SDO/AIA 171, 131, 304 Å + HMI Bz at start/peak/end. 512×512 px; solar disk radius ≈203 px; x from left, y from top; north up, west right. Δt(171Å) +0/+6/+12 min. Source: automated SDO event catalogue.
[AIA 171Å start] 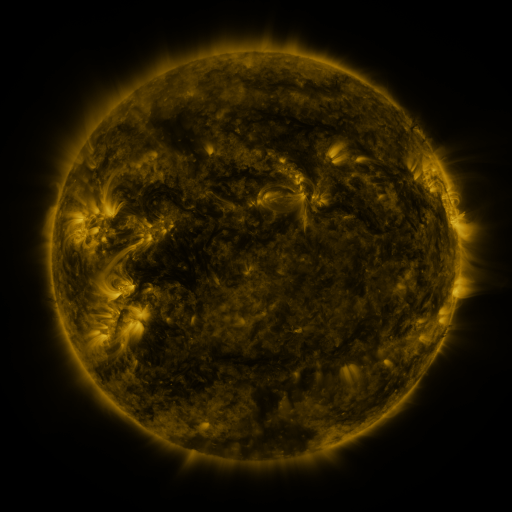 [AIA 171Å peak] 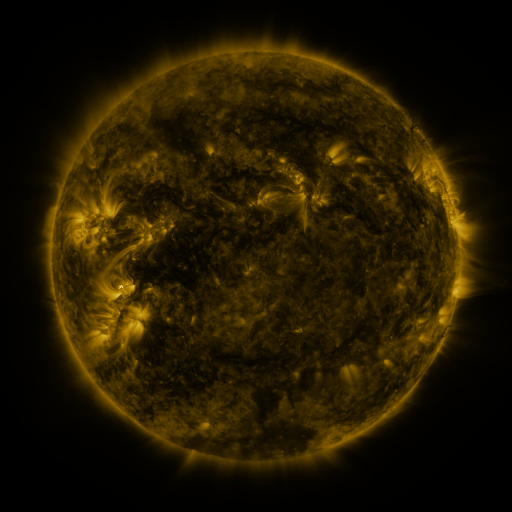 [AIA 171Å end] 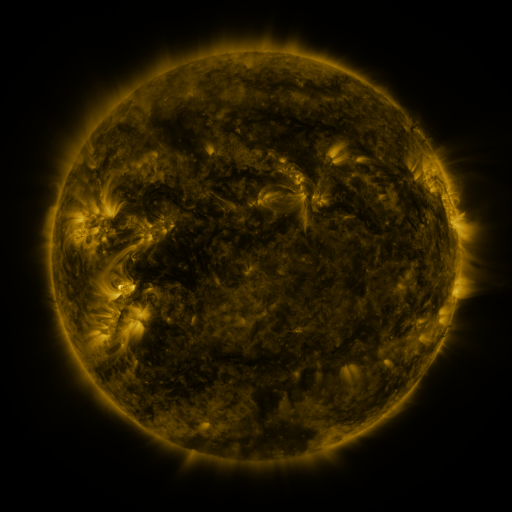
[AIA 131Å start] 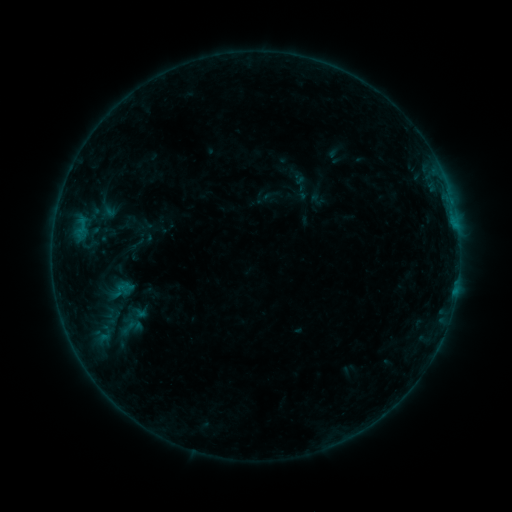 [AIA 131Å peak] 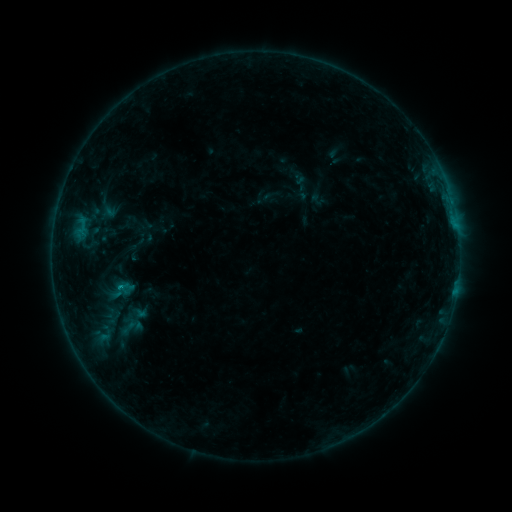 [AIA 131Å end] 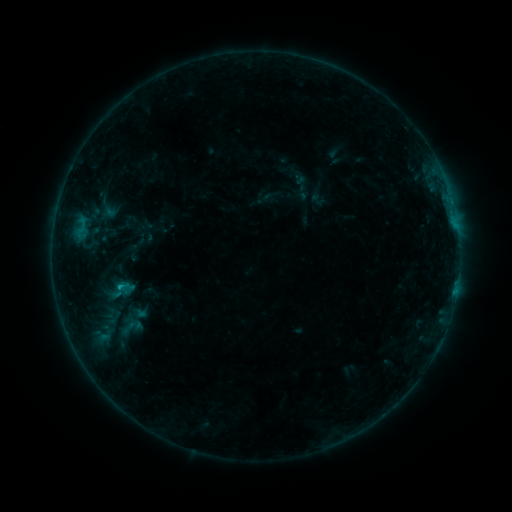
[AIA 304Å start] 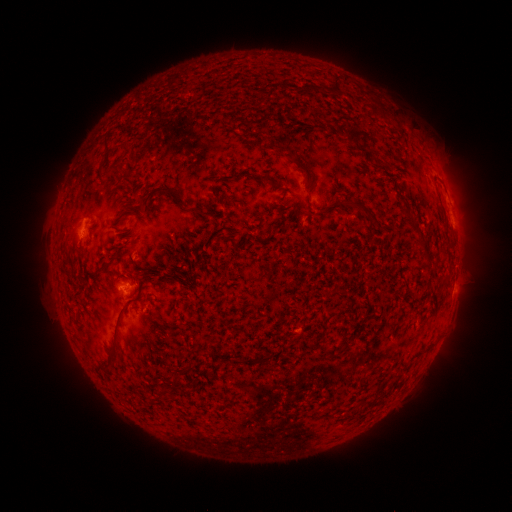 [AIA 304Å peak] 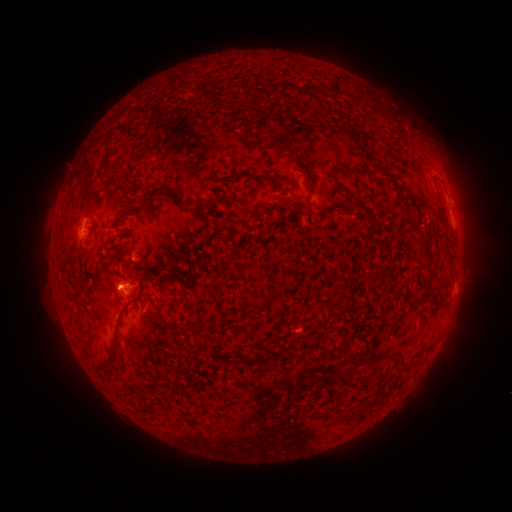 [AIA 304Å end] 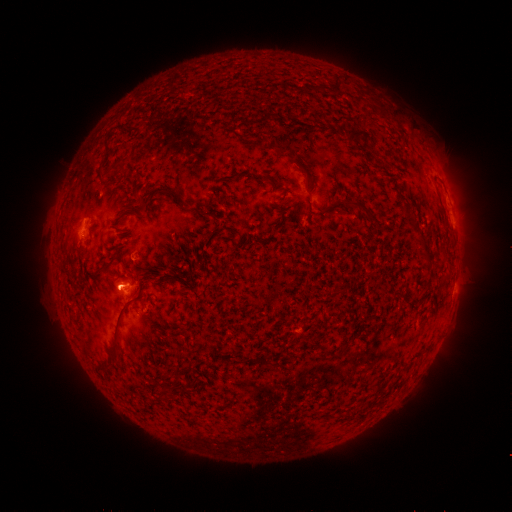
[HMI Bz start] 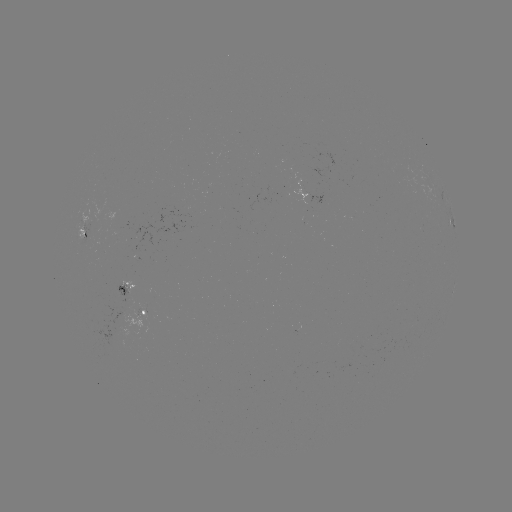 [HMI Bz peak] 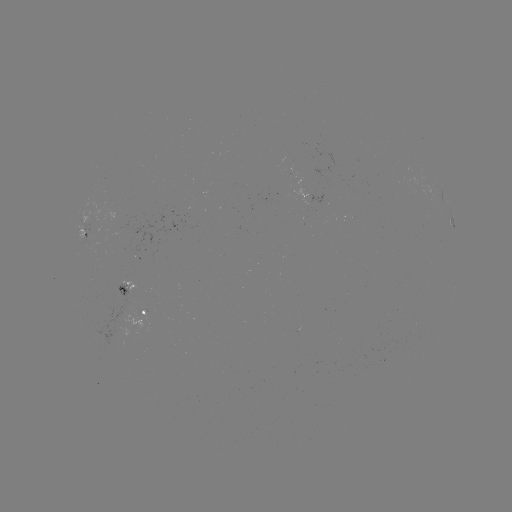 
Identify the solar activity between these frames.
B4.8 flare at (122, 285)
